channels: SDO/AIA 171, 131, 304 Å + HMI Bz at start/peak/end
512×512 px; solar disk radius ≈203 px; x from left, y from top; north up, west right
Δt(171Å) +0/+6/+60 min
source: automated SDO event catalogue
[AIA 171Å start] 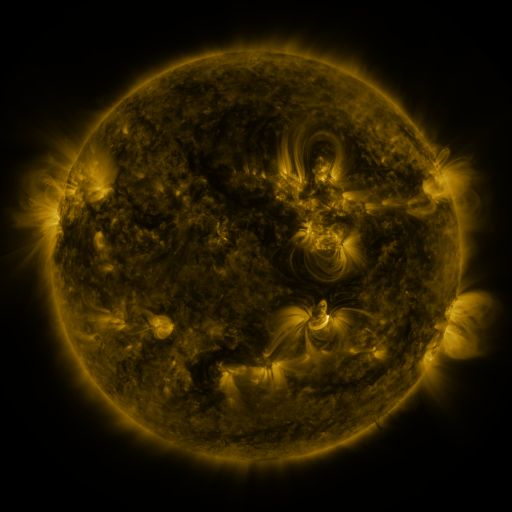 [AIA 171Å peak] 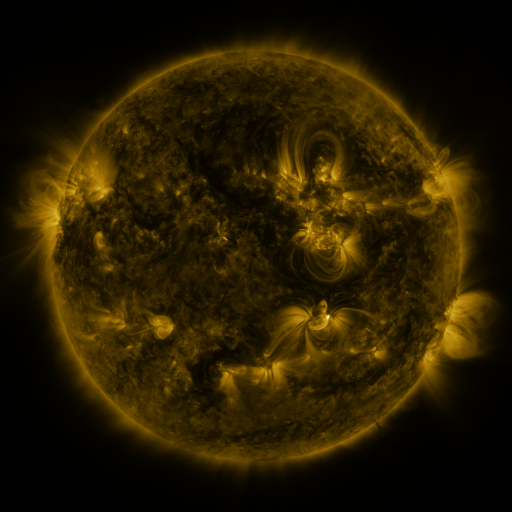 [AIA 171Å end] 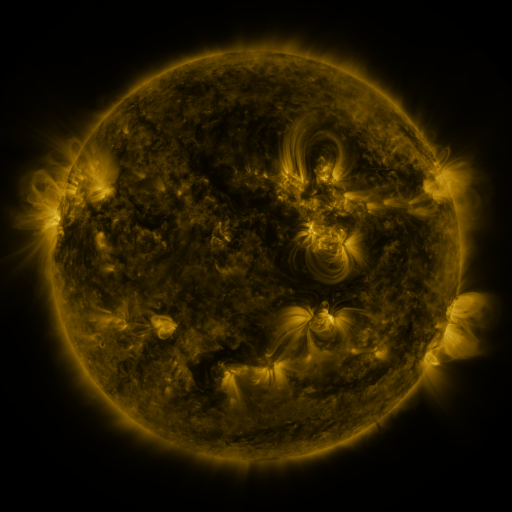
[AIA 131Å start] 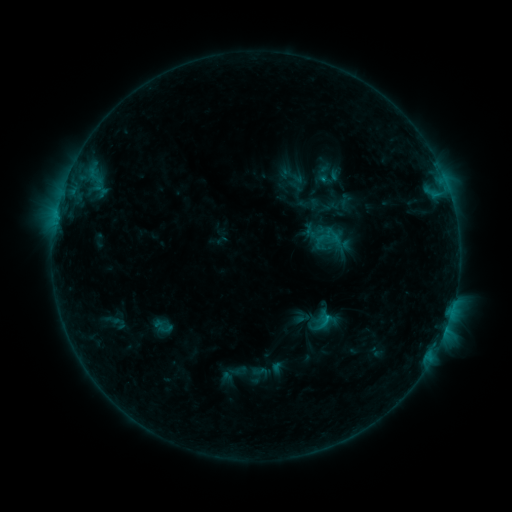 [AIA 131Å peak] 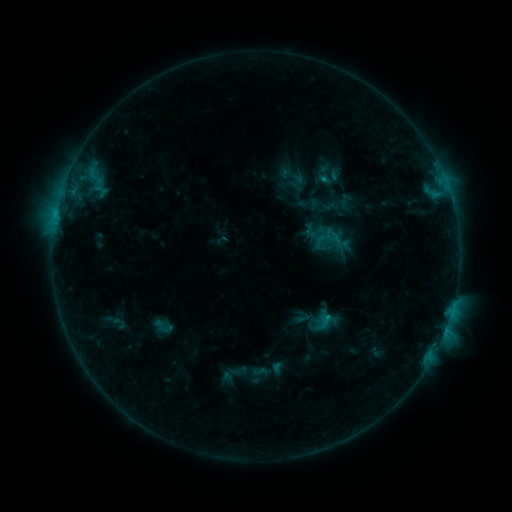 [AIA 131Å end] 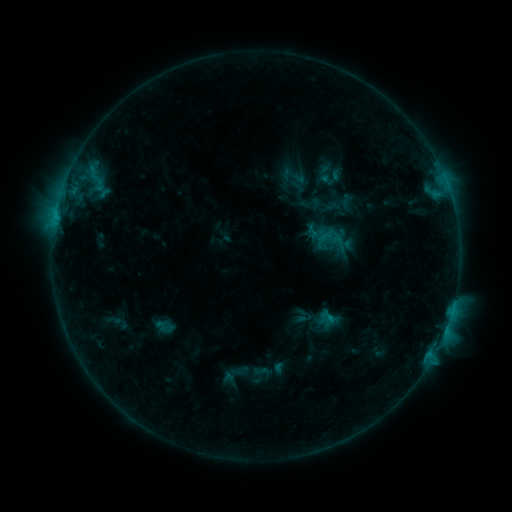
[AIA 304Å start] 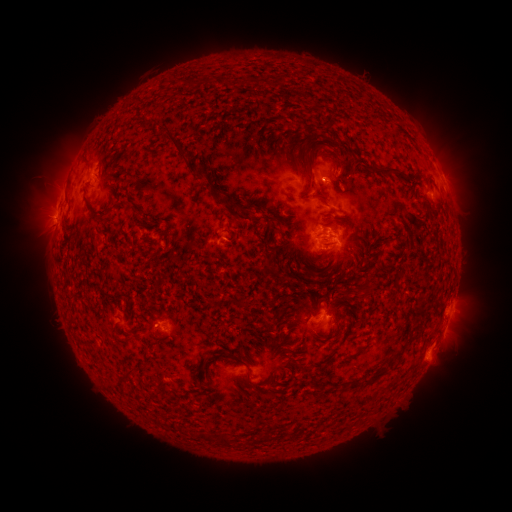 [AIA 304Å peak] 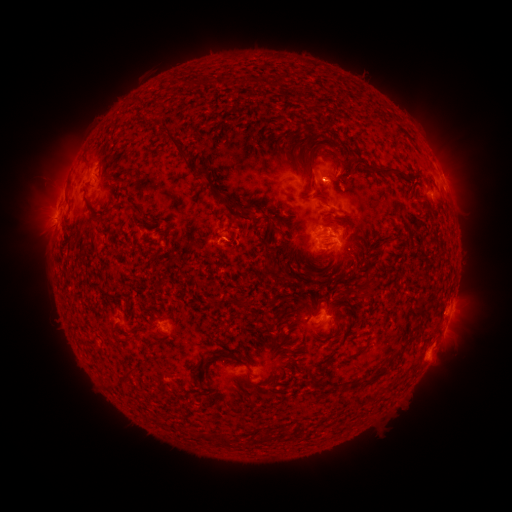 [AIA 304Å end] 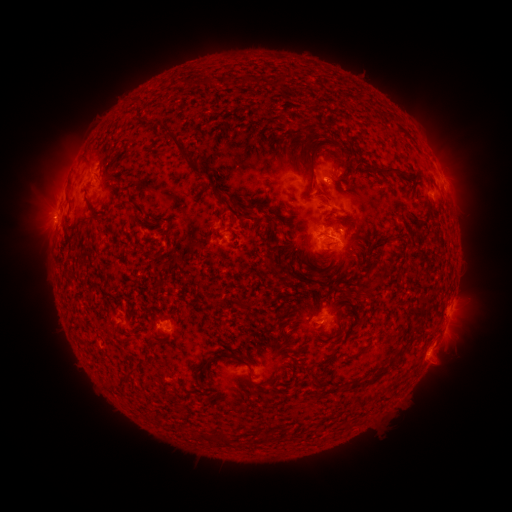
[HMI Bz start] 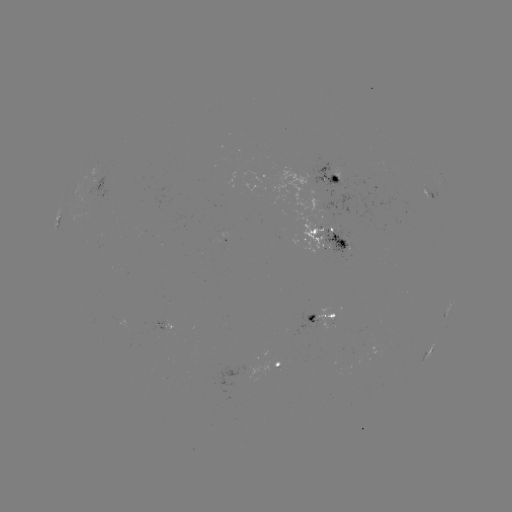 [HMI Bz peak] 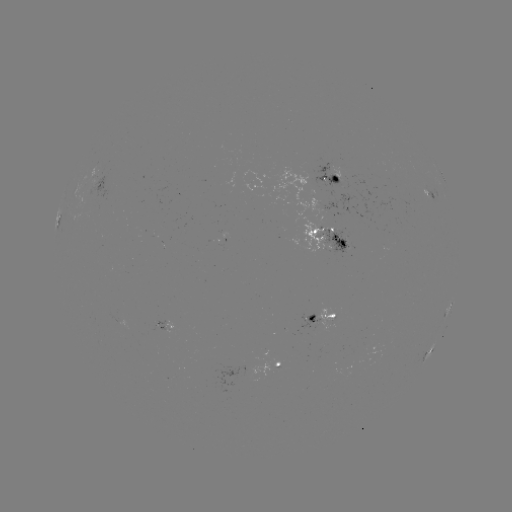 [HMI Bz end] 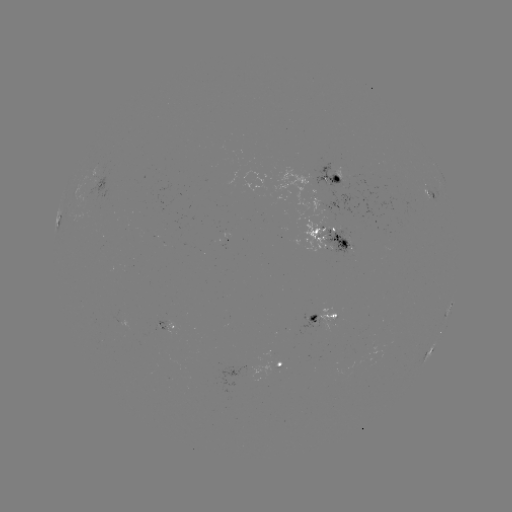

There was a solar flare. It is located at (324, 180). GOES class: C1.7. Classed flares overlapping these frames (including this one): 1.